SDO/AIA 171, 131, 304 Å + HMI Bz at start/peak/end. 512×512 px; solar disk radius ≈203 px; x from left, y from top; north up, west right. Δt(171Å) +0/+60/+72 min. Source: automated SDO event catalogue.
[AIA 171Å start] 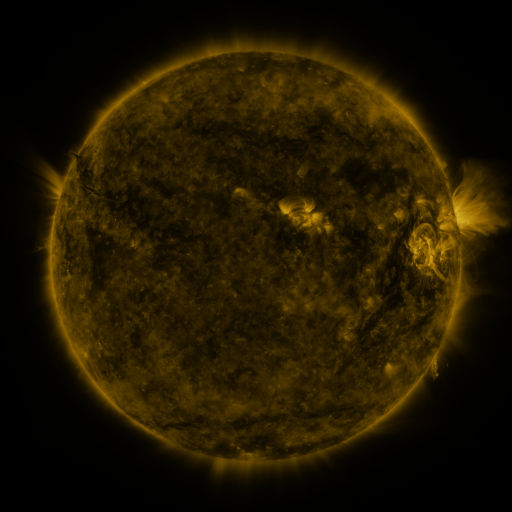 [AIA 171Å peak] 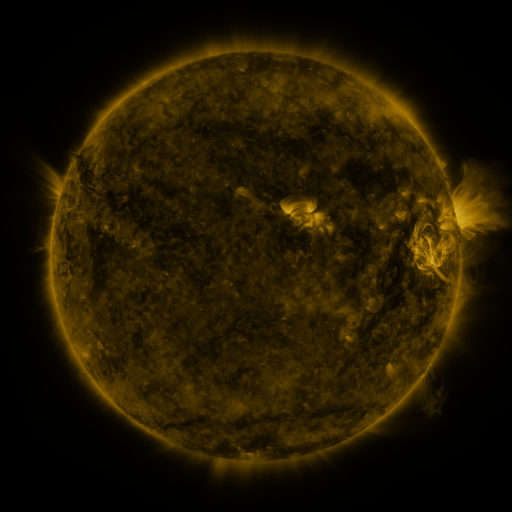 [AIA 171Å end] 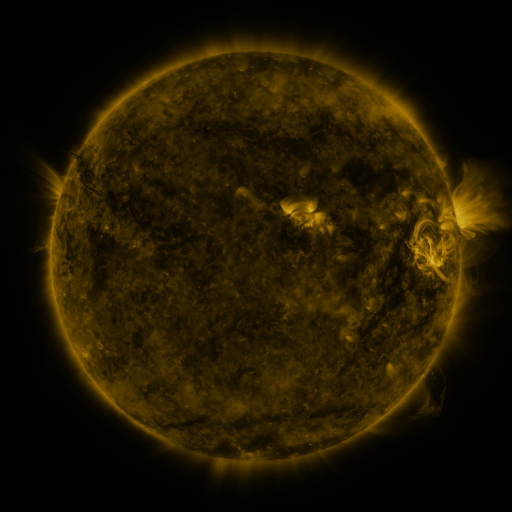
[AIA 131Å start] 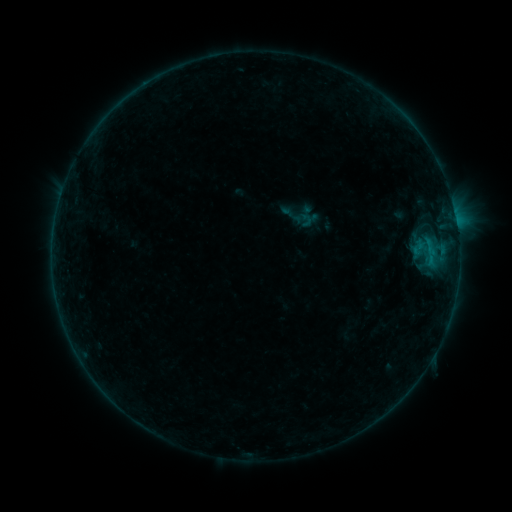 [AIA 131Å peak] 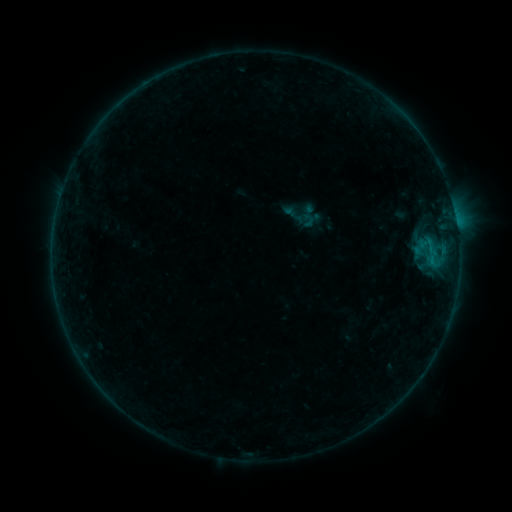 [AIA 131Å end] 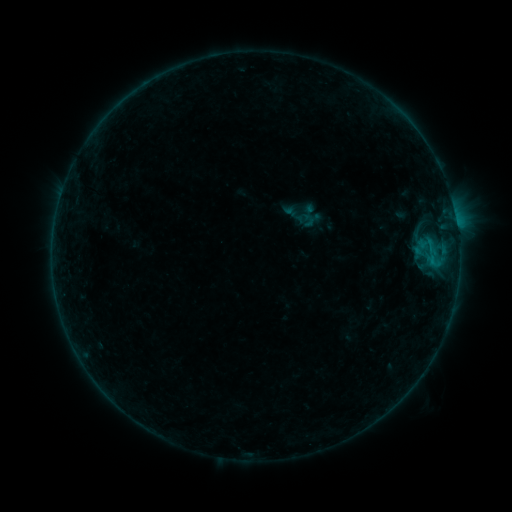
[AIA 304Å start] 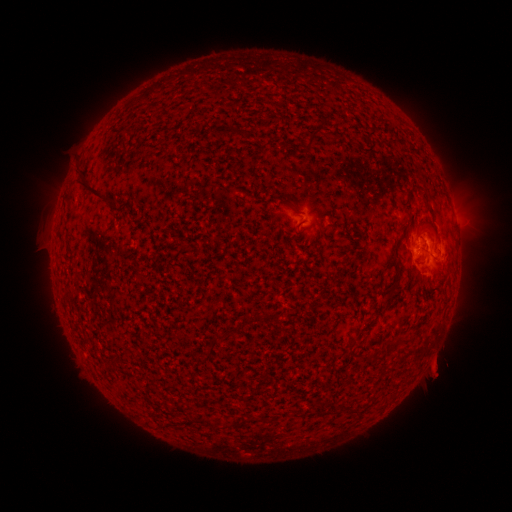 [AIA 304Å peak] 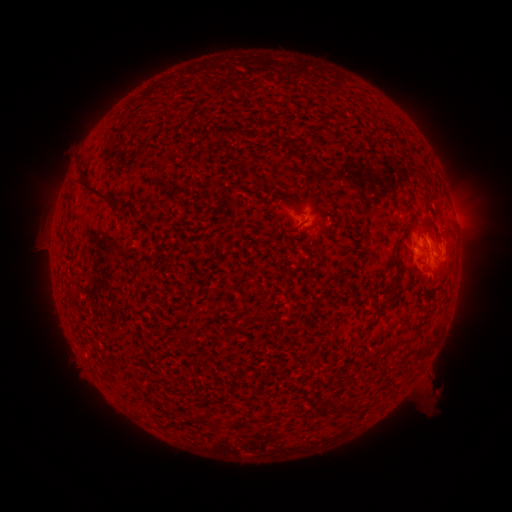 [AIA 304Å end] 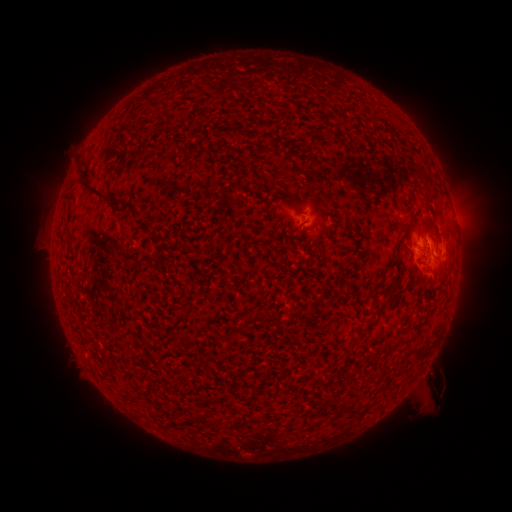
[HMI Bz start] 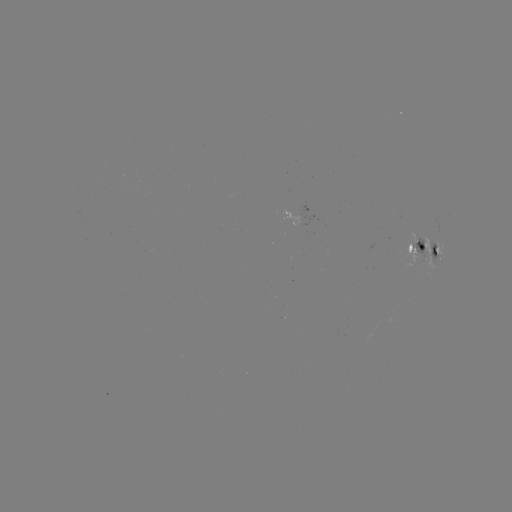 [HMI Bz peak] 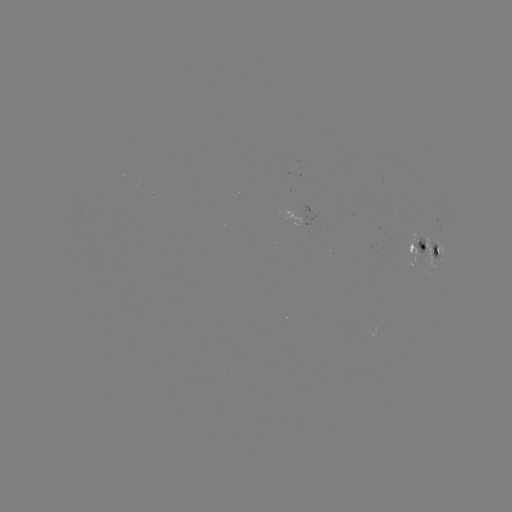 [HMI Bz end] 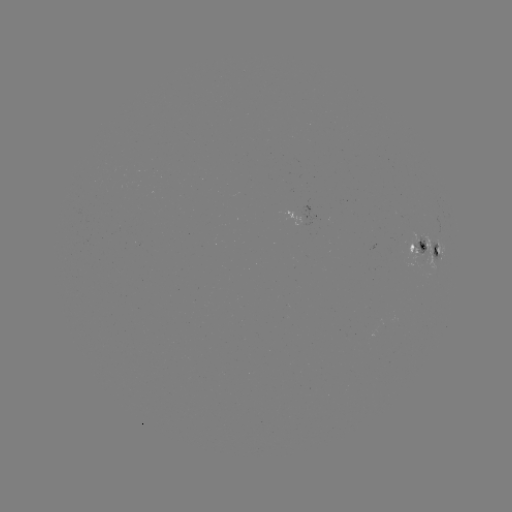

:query emerging-flux region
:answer (422, 240)